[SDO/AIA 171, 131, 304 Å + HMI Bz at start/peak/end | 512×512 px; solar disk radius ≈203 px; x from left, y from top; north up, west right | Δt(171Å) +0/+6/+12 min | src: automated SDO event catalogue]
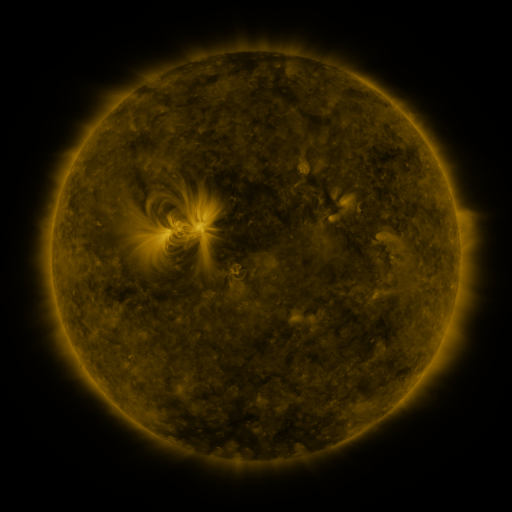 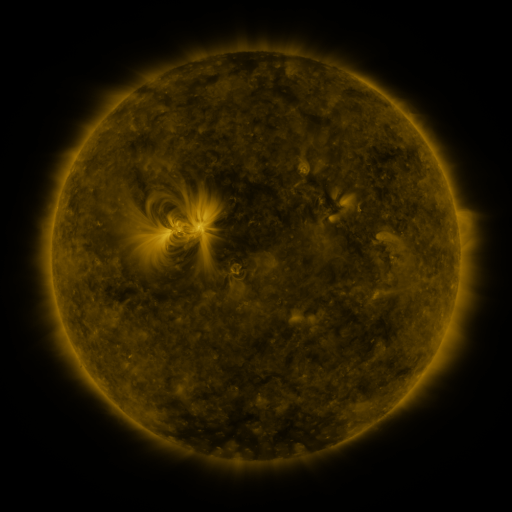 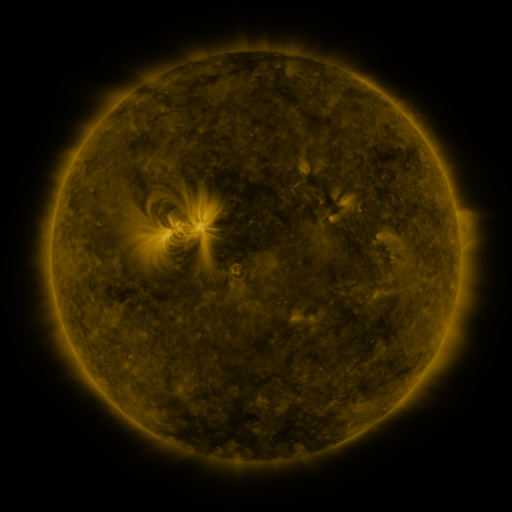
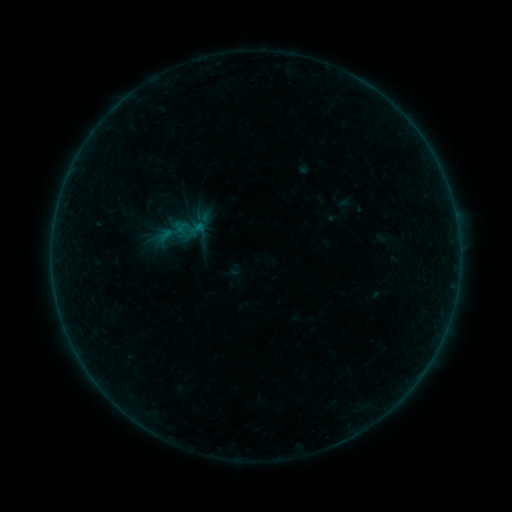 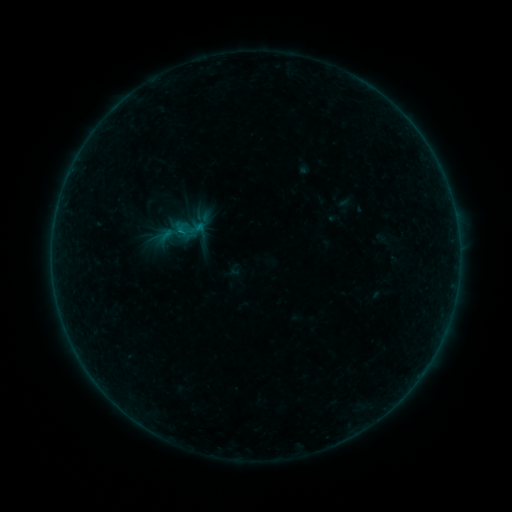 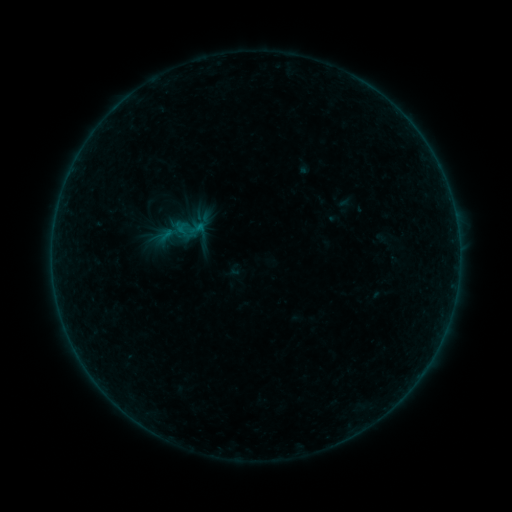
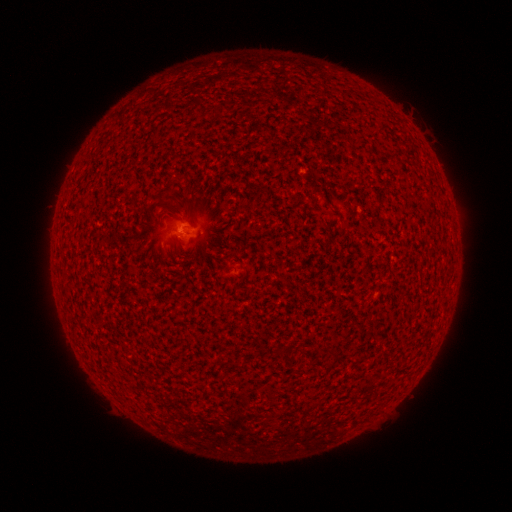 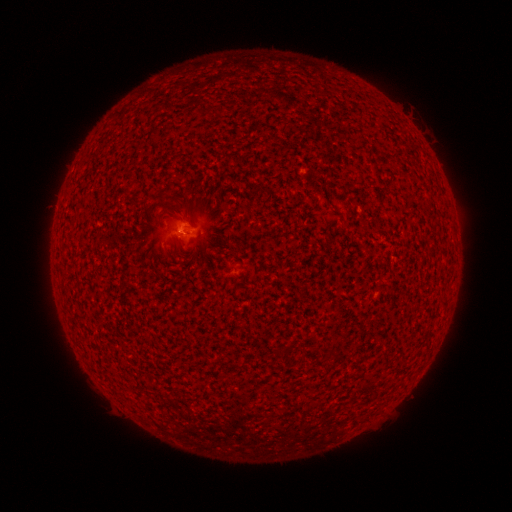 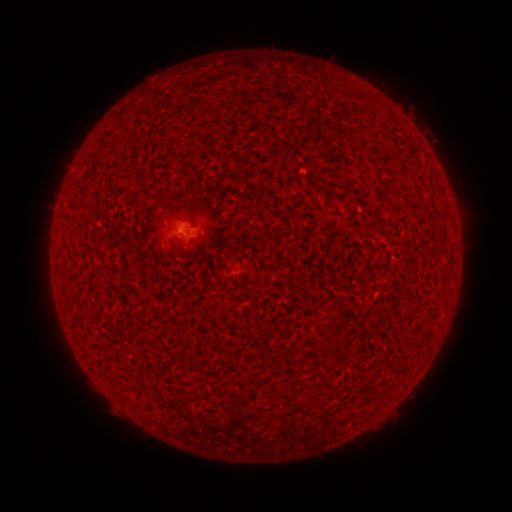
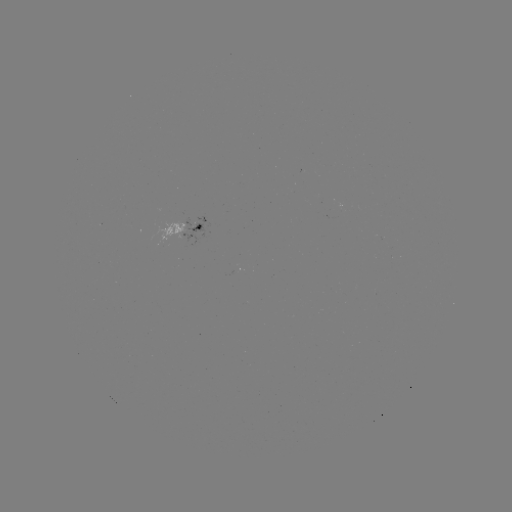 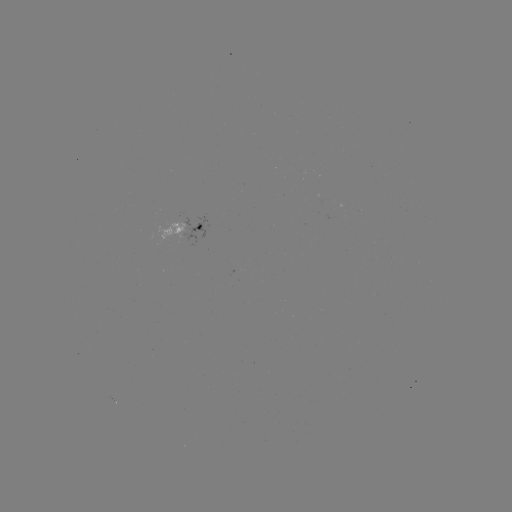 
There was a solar flare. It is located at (182, 232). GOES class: B1.0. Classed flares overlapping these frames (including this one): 1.